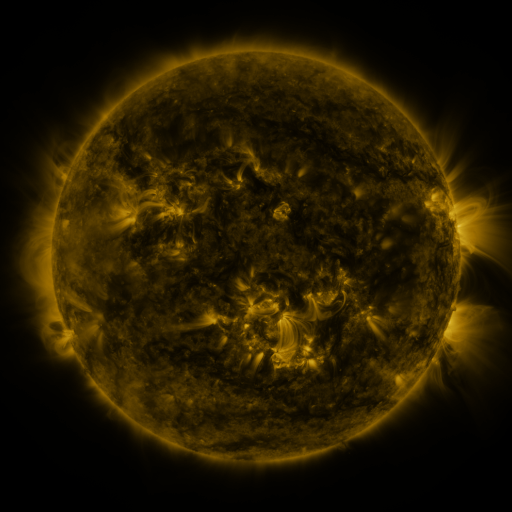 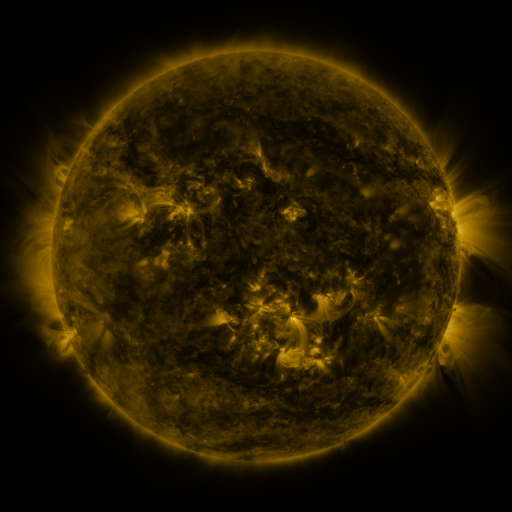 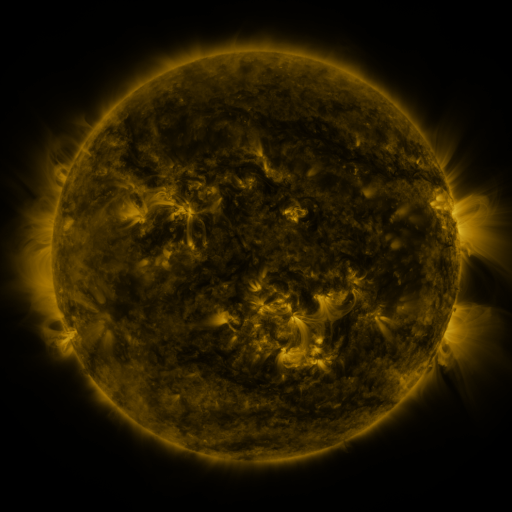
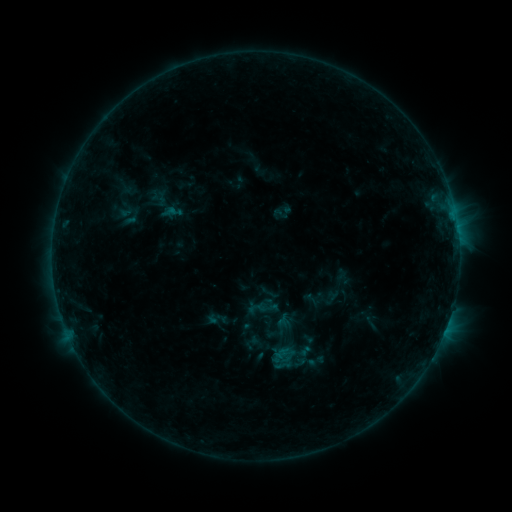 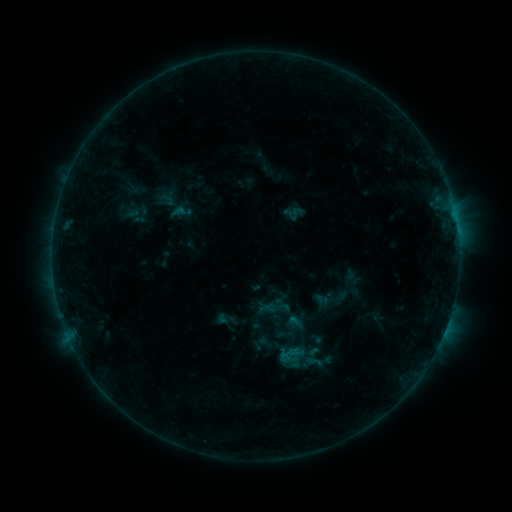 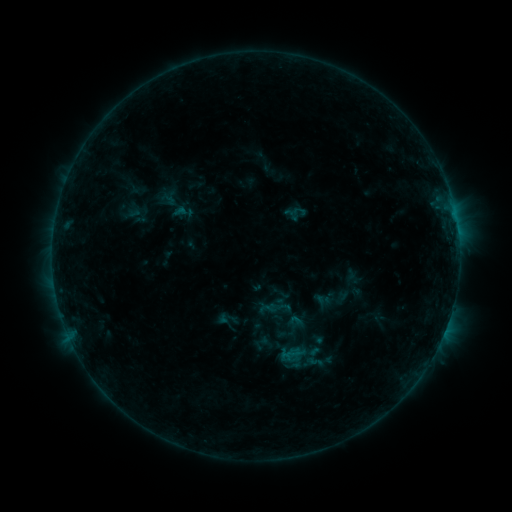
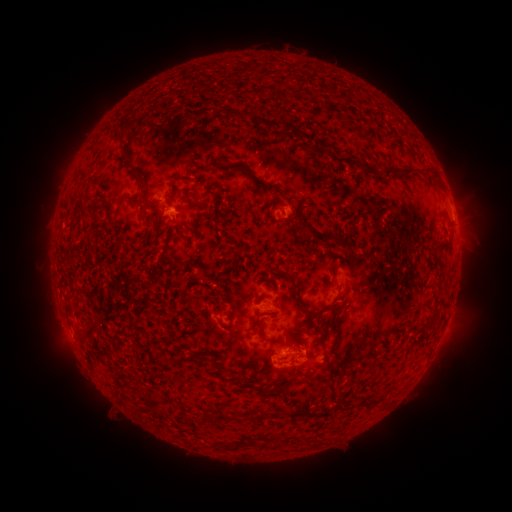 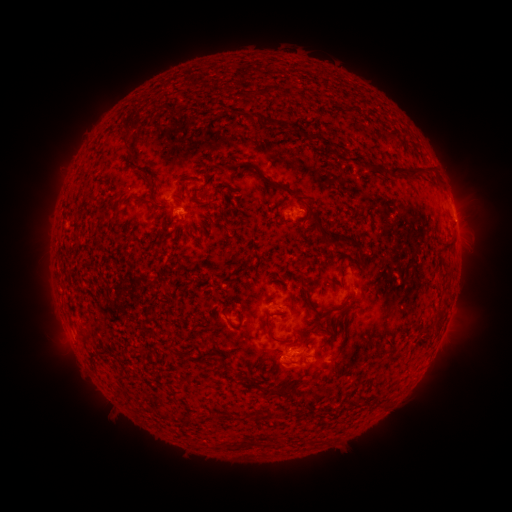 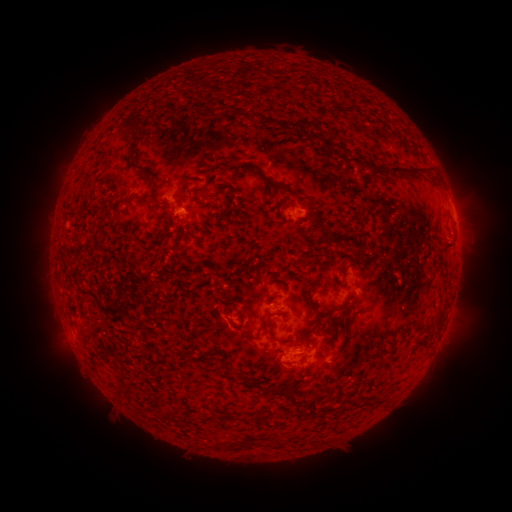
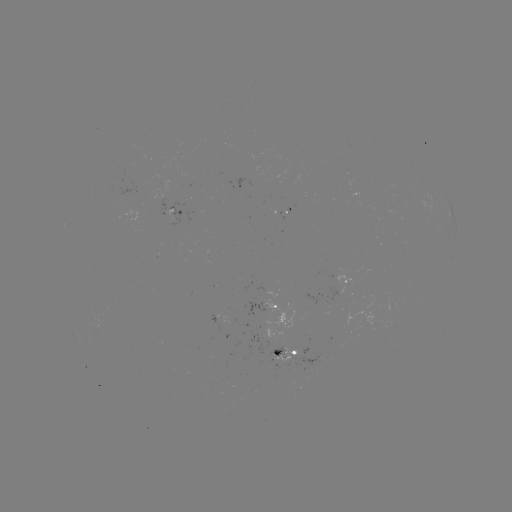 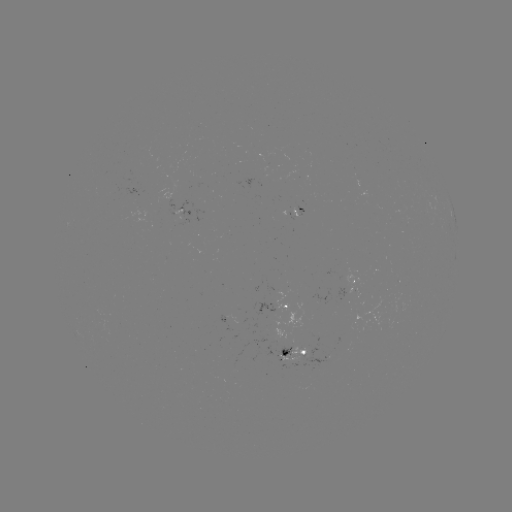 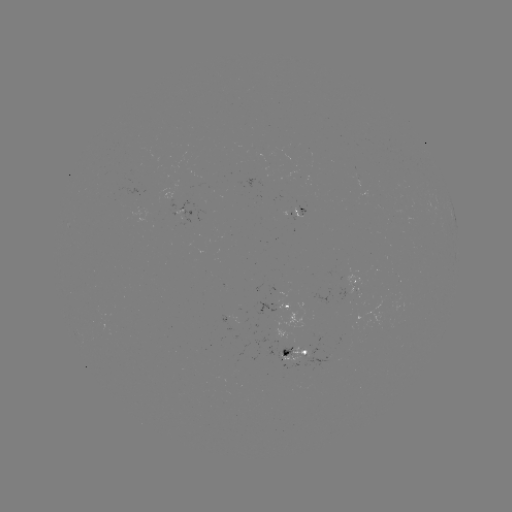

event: emerging-flux region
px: (297, 357)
